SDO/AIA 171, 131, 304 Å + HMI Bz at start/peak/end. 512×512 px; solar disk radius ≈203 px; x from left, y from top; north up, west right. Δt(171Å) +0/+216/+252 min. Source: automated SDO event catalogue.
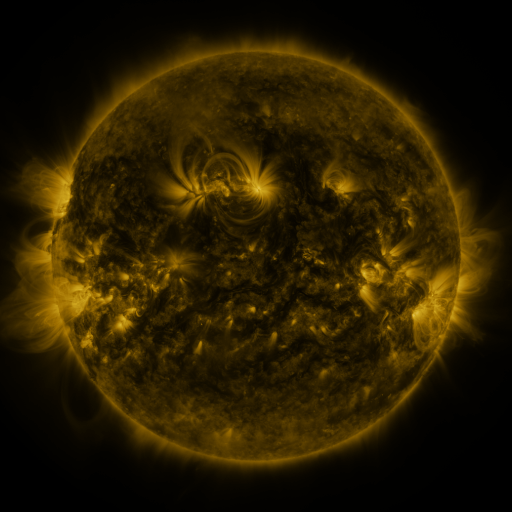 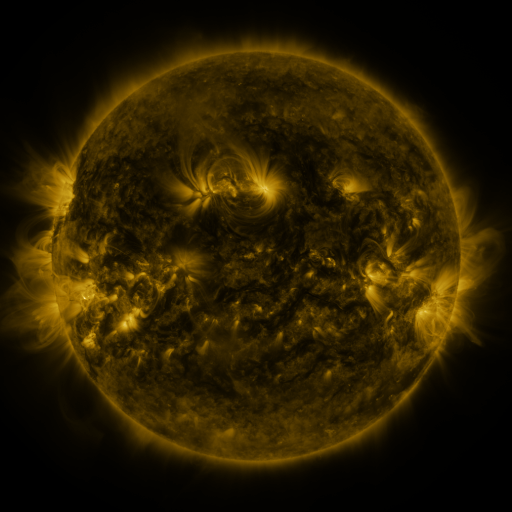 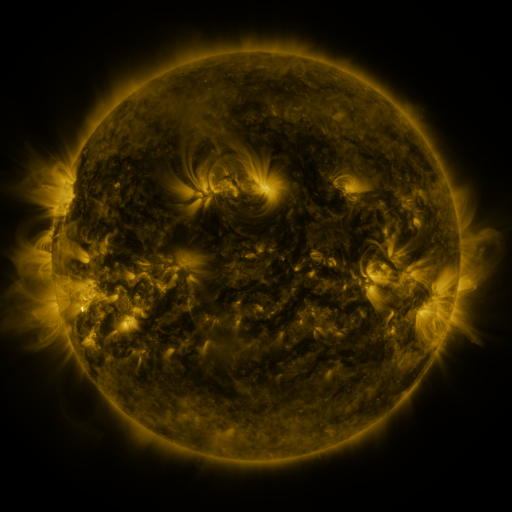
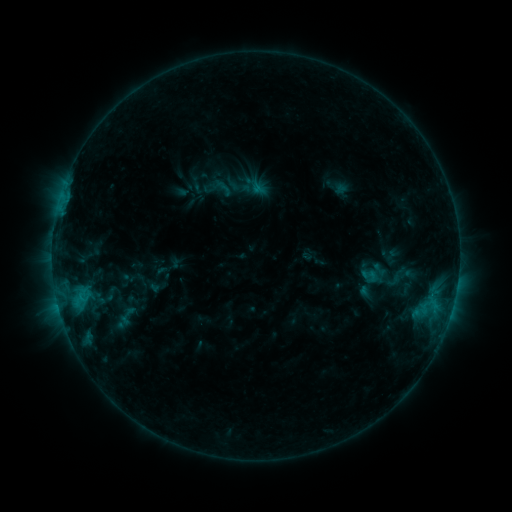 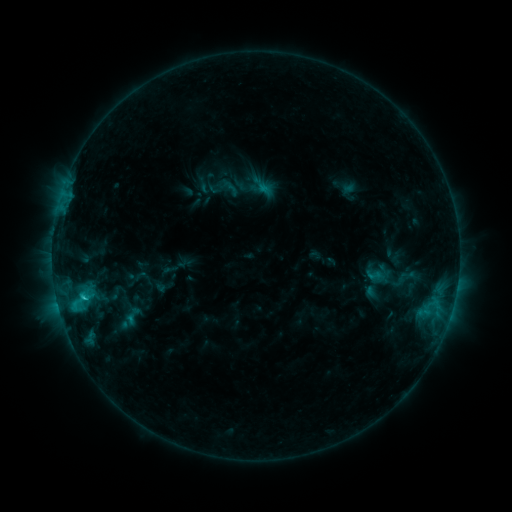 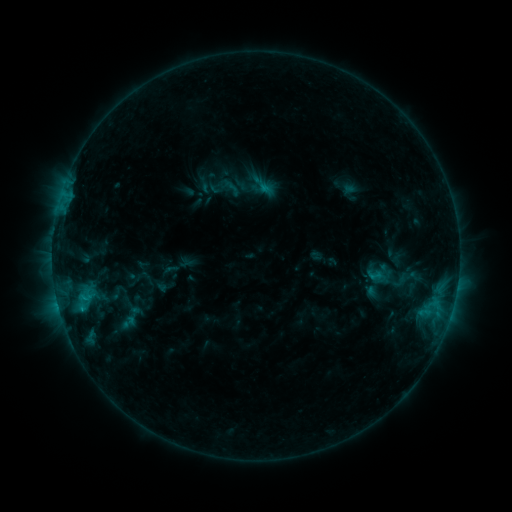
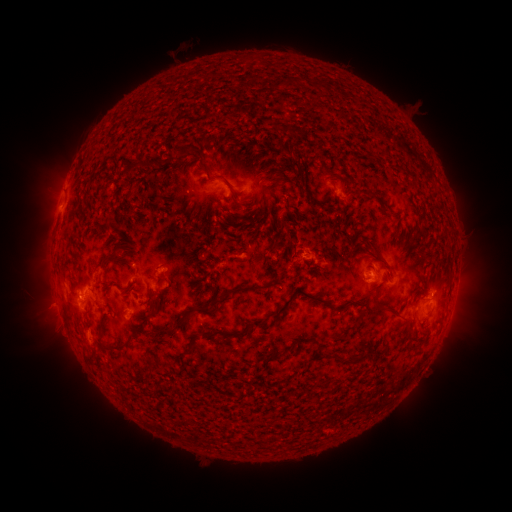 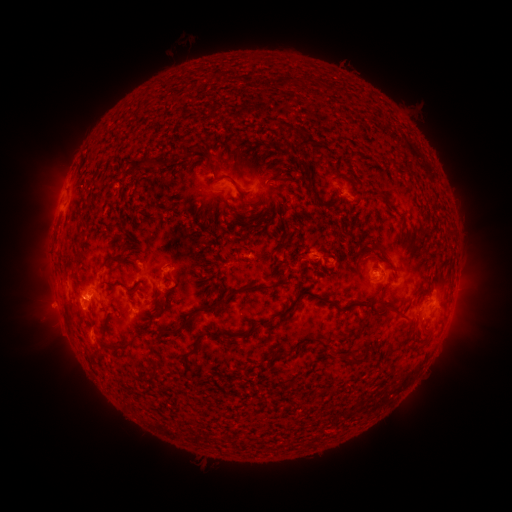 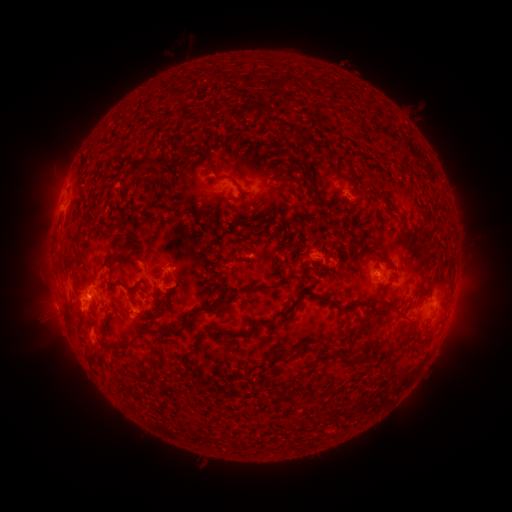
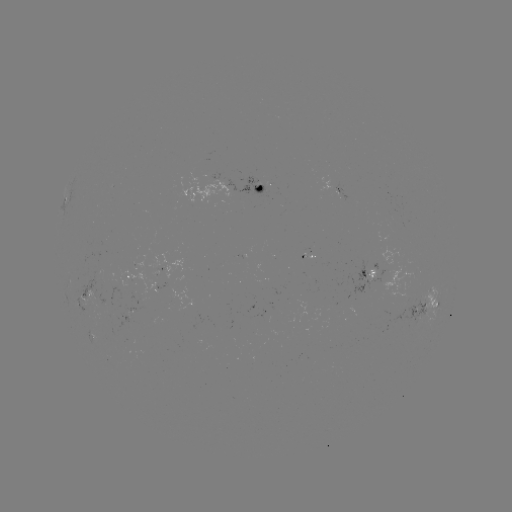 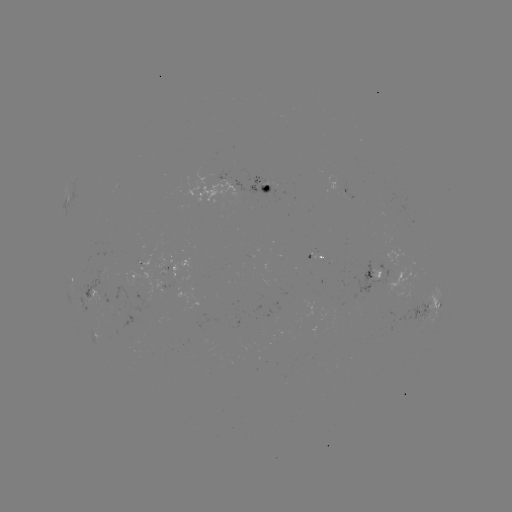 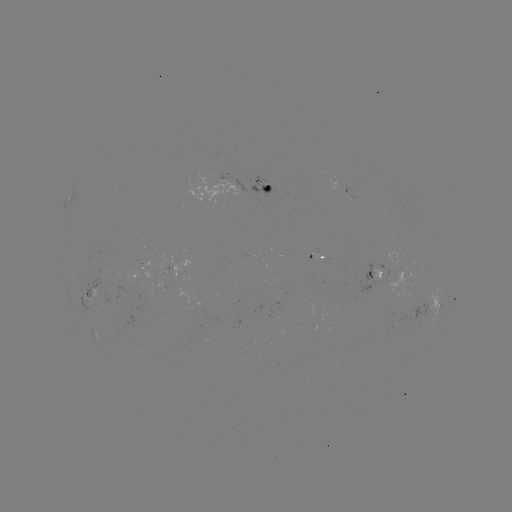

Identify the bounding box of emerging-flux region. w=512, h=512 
[310, 252, 322, 264].